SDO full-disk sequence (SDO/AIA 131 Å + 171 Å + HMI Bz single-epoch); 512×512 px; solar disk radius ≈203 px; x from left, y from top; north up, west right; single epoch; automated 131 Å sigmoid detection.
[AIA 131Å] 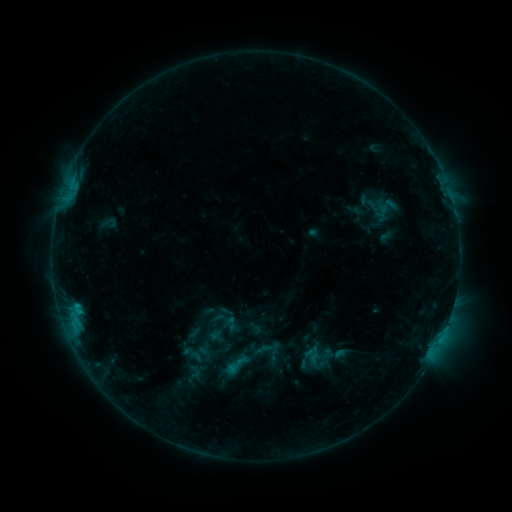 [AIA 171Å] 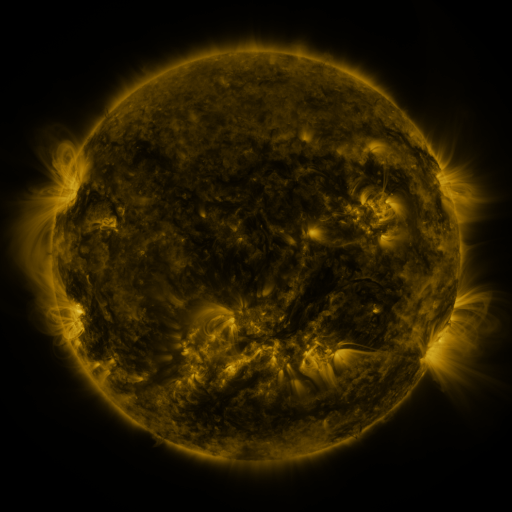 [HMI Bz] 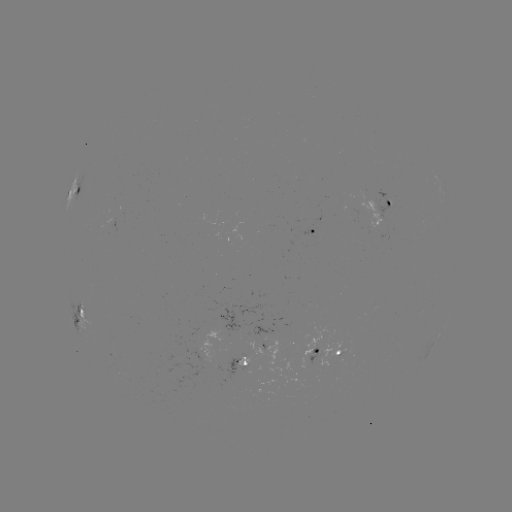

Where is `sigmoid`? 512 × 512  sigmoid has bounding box [222, 352, 249, 378].